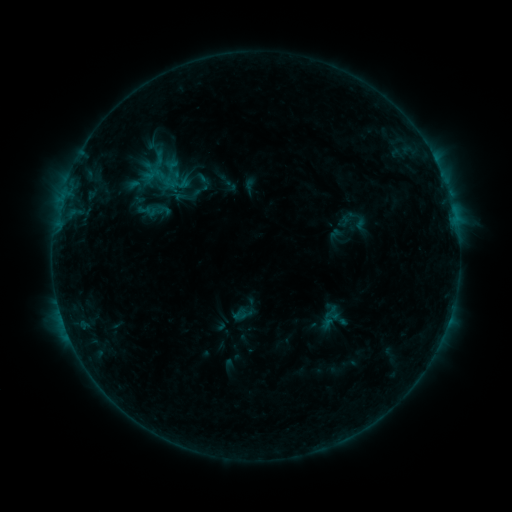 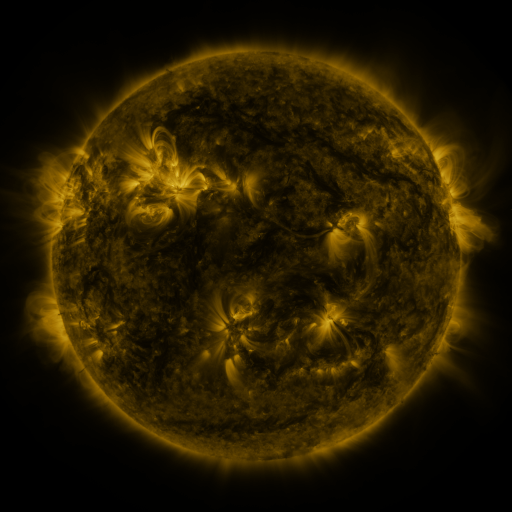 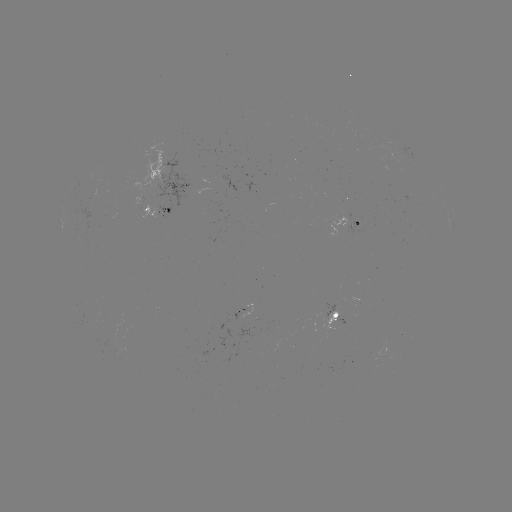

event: sigmoid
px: (200, 191)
